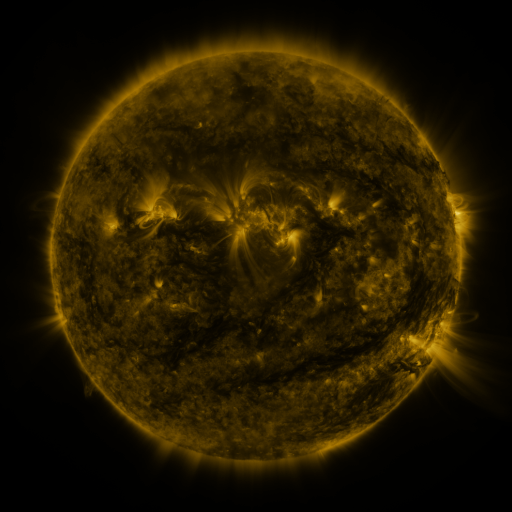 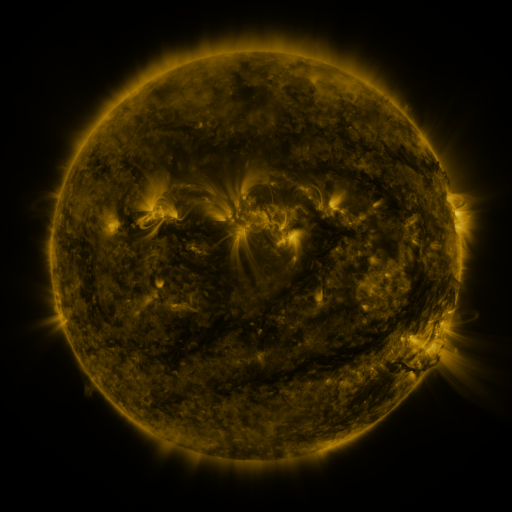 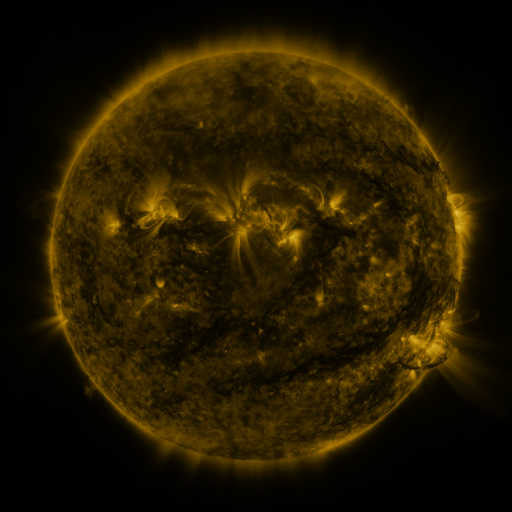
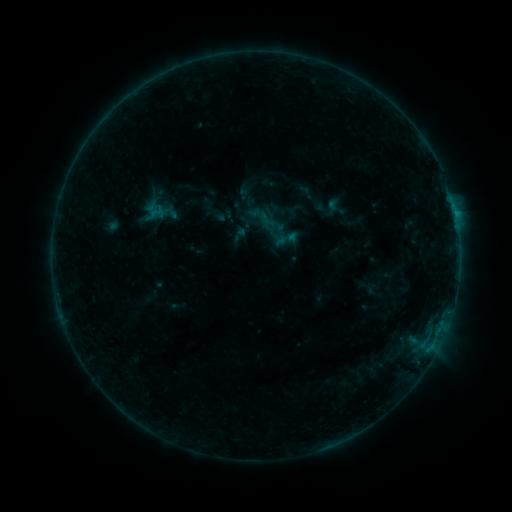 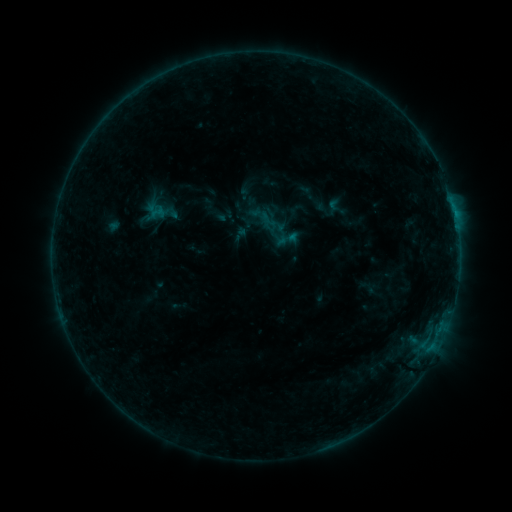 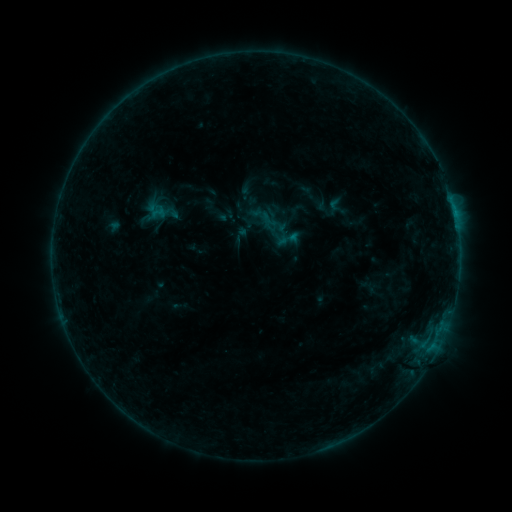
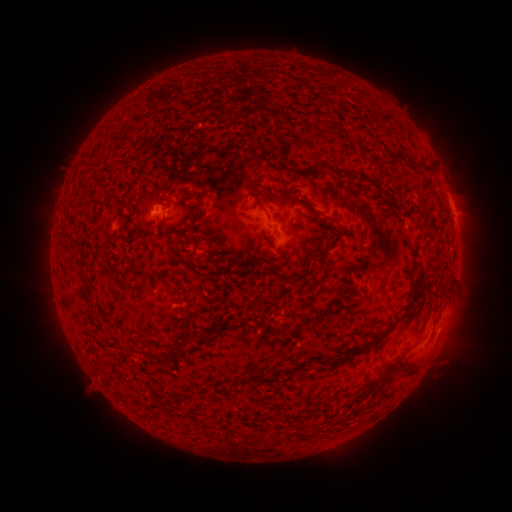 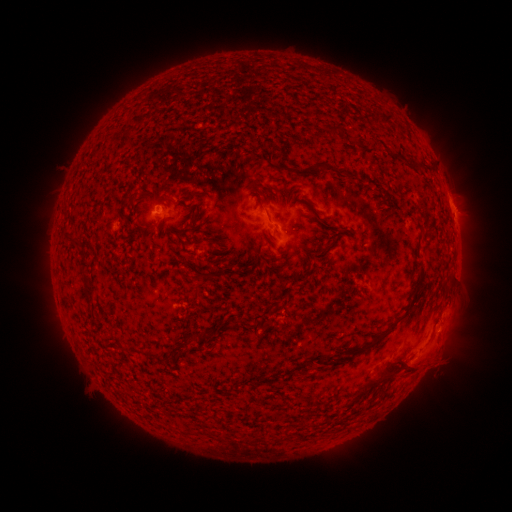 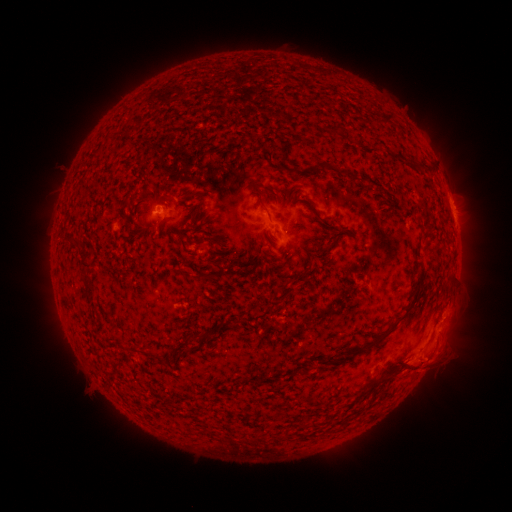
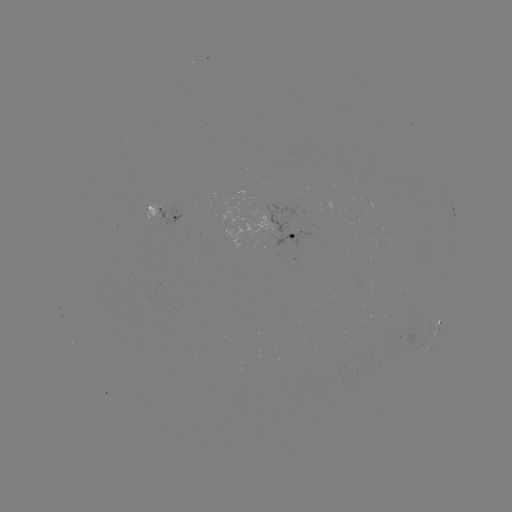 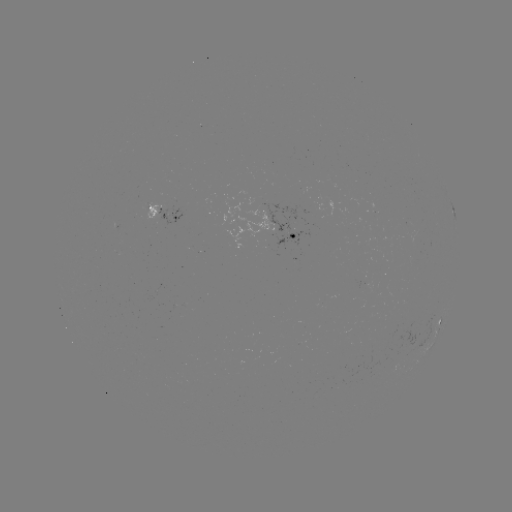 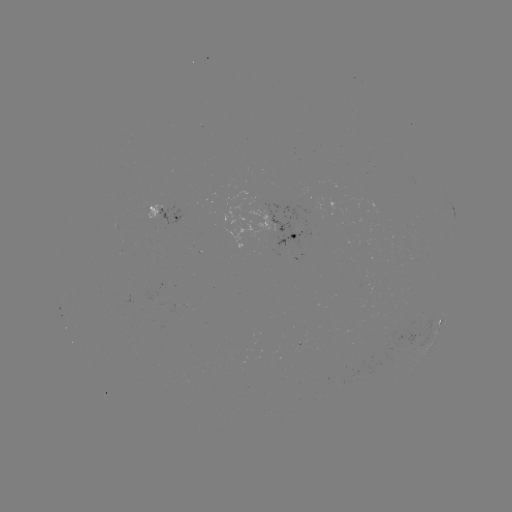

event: eruption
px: (431, 362)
